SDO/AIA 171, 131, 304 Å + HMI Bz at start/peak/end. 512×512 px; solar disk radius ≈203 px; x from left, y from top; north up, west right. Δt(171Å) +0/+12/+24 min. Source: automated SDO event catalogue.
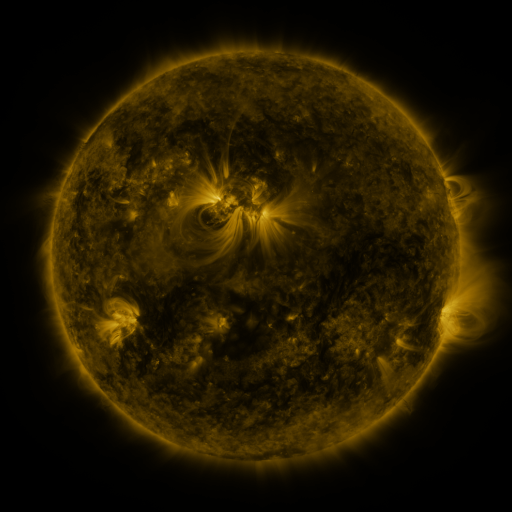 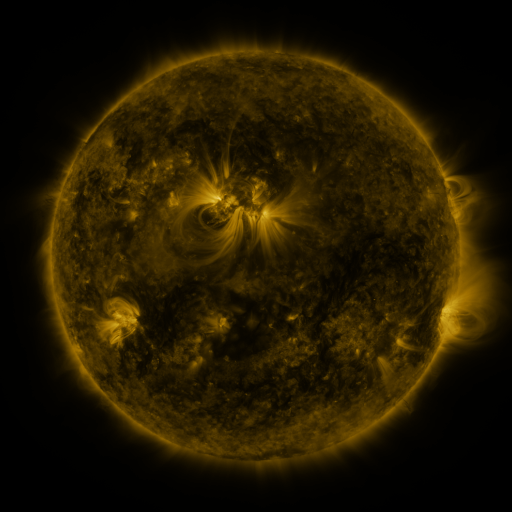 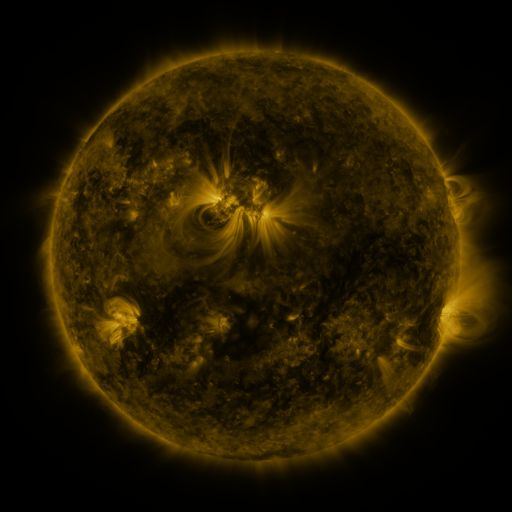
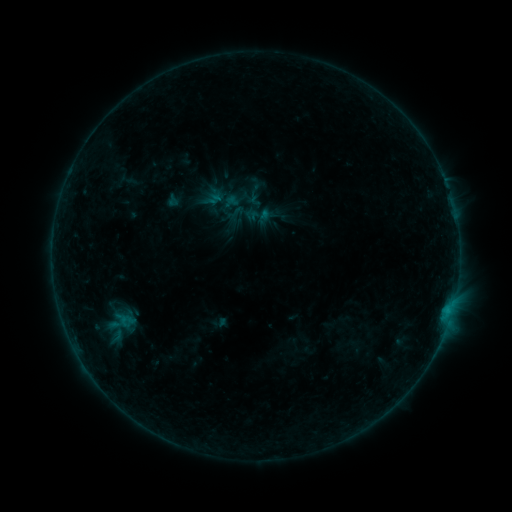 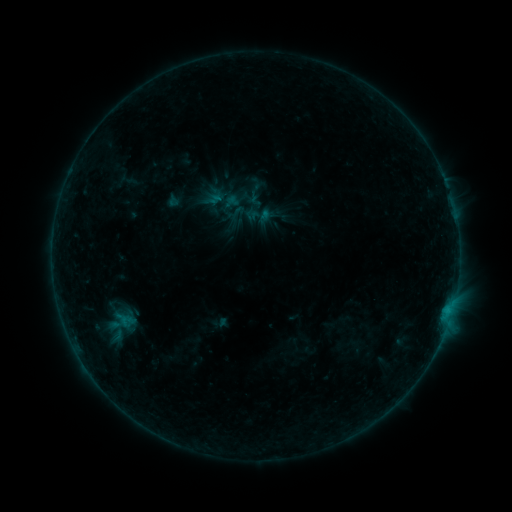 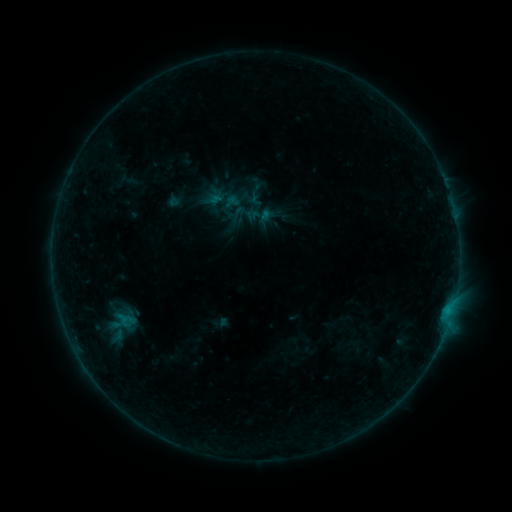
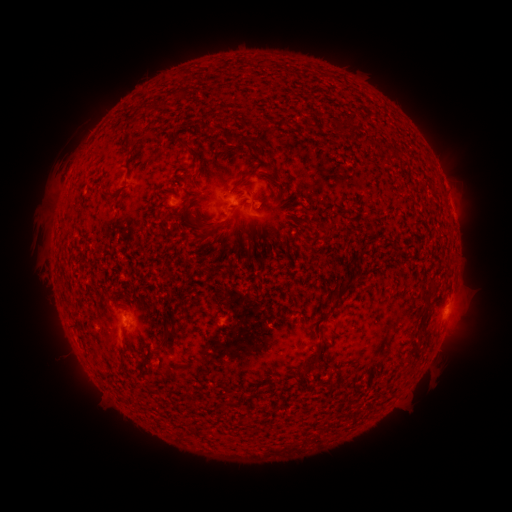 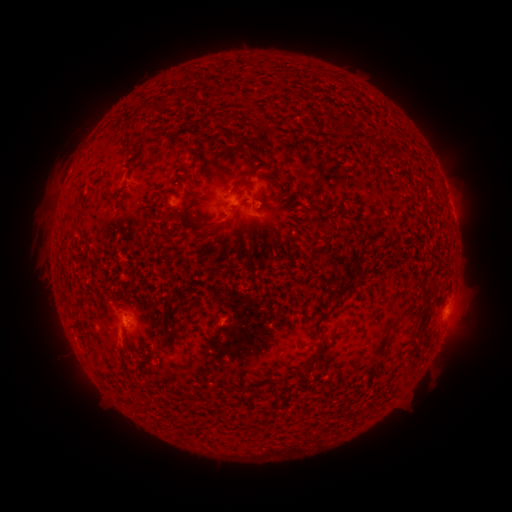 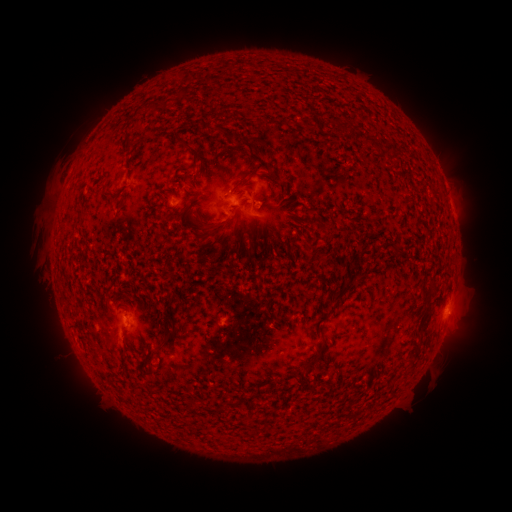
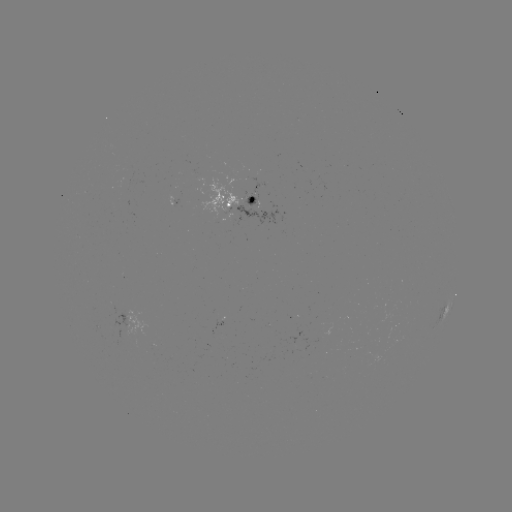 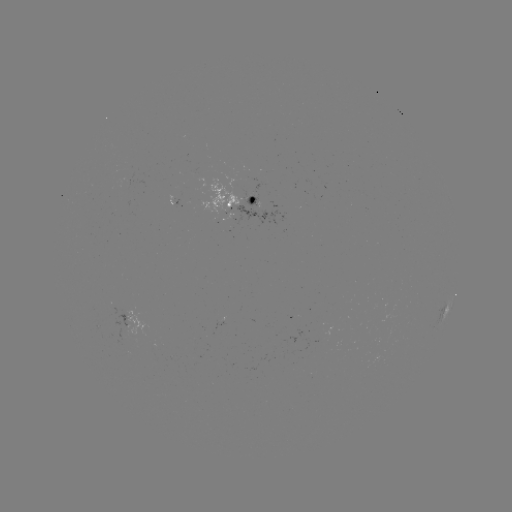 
no catalogued flare and no flagged EUV brightening in this window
